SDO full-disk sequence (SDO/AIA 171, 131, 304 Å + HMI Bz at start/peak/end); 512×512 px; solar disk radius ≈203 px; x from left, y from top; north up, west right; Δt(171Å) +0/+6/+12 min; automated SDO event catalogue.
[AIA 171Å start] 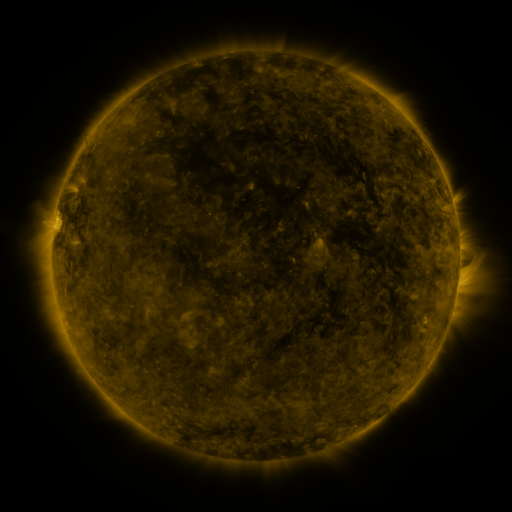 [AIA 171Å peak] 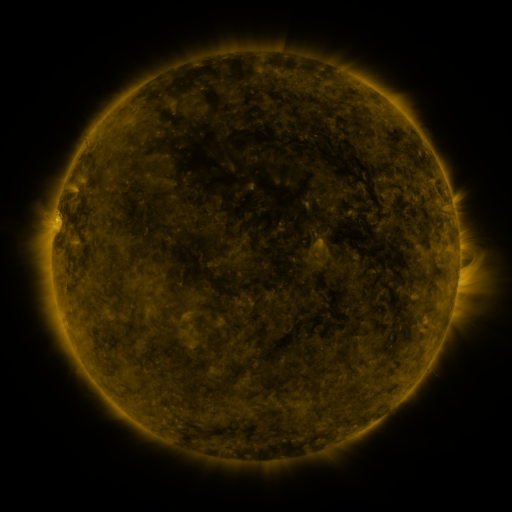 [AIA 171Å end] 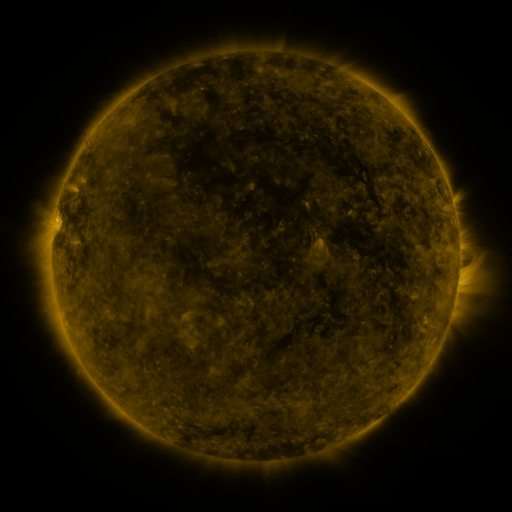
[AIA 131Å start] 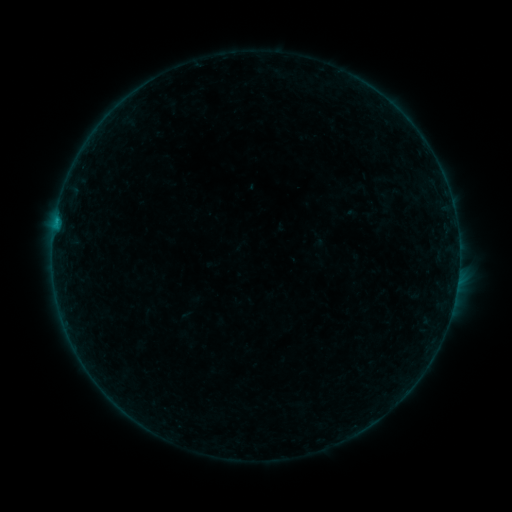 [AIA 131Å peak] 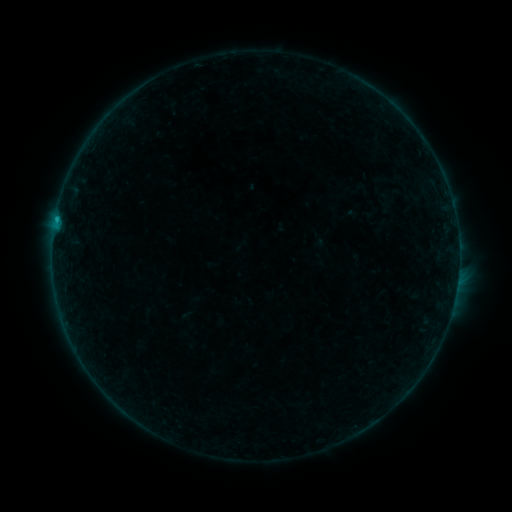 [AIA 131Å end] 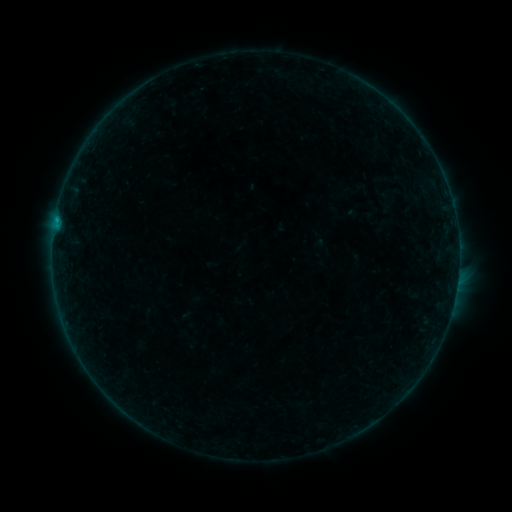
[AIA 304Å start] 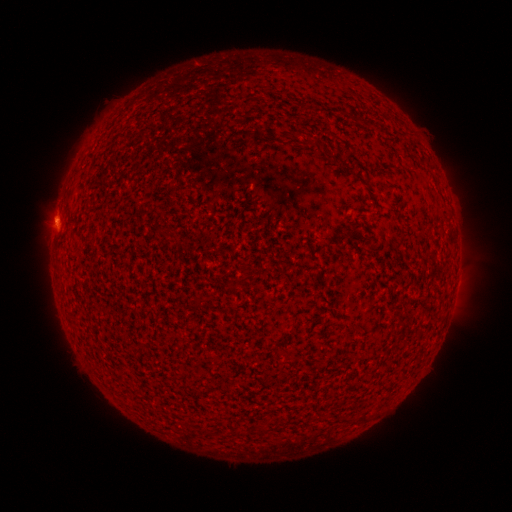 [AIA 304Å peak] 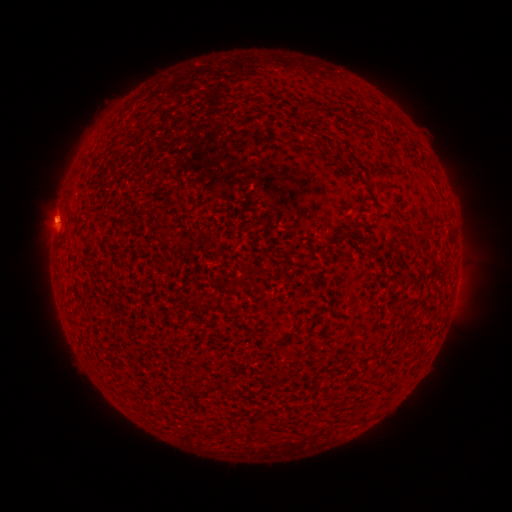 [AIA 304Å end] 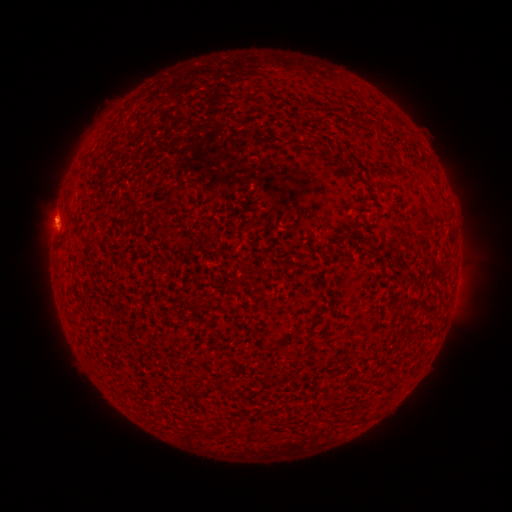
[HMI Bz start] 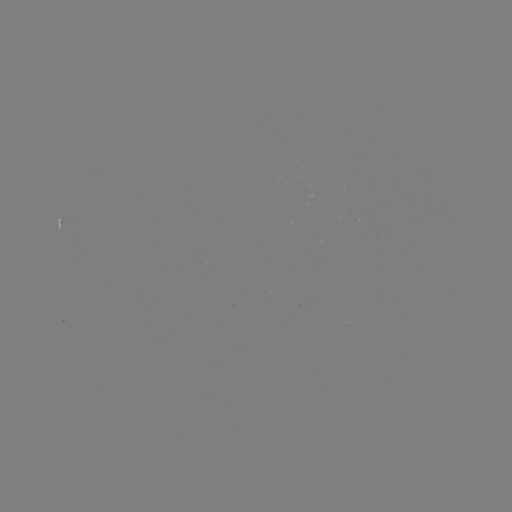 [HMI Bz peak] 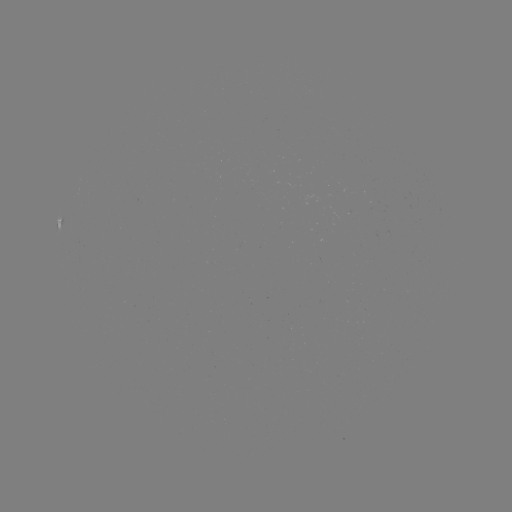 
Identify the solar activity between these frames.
B3.7 flare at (56, 222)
